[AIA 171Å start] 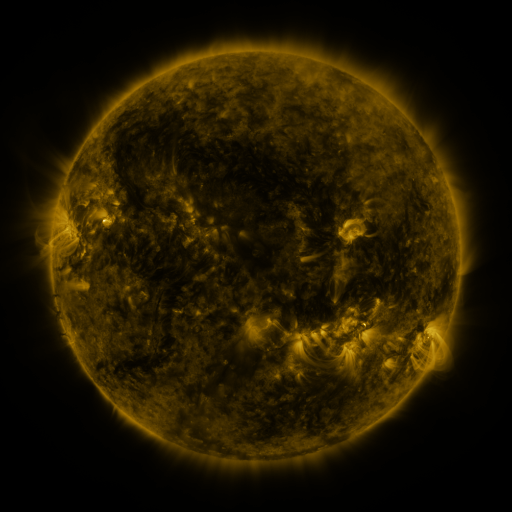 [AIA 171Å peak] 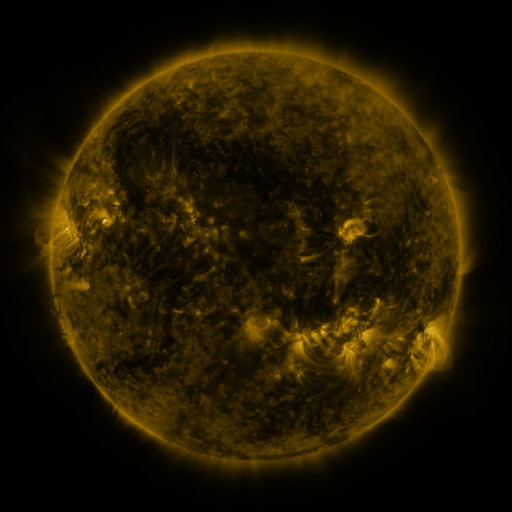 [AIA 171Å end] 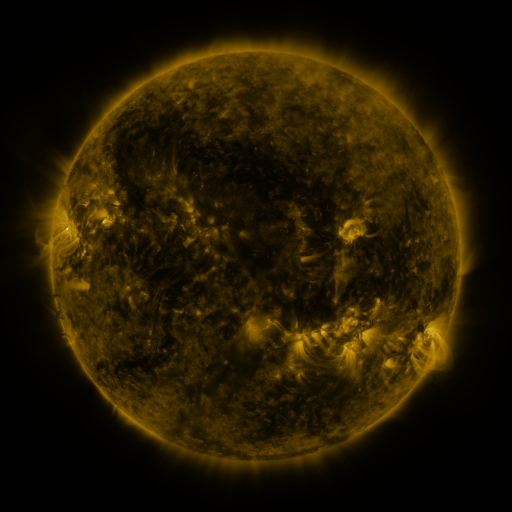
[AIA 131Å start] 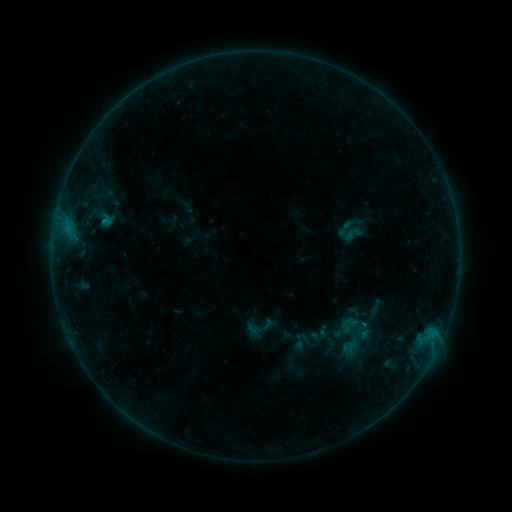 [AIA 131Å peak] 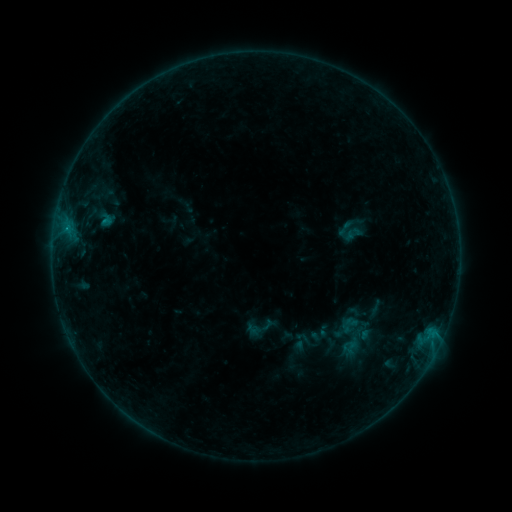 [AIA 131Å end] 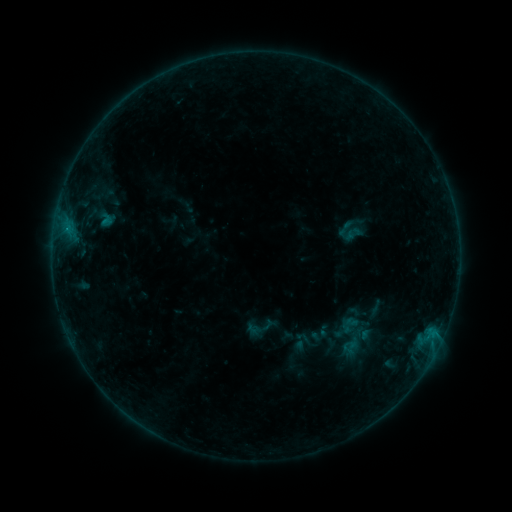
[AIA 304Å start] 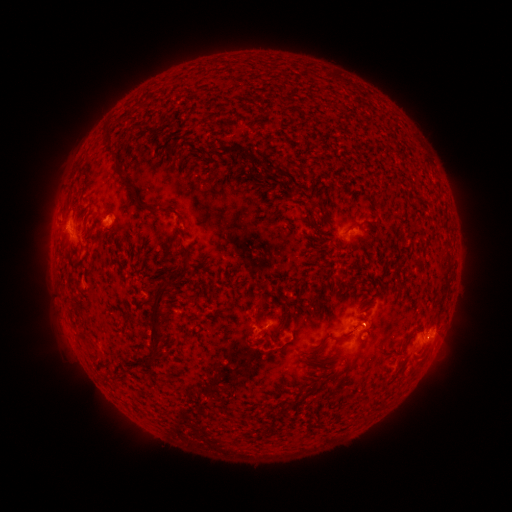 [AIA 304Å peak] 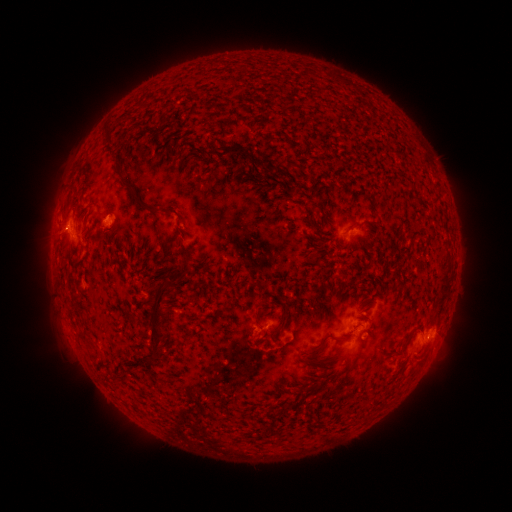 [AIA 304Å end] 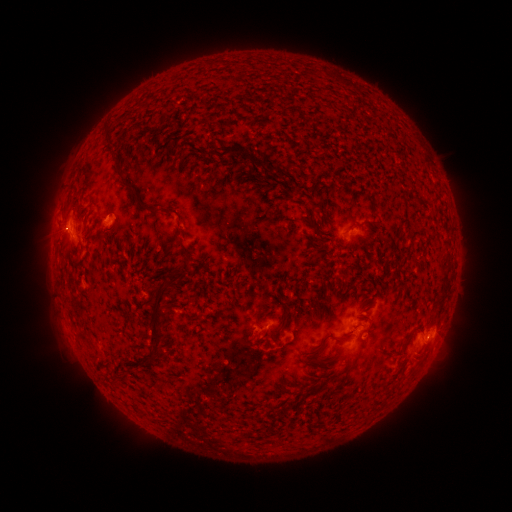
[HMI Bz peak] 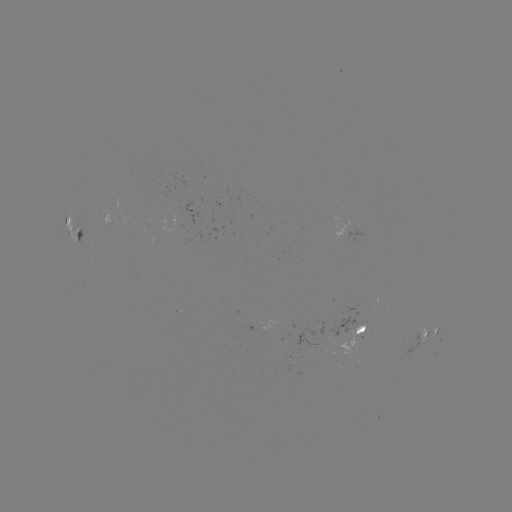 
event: flare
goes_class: B5.4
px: (106, 223)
